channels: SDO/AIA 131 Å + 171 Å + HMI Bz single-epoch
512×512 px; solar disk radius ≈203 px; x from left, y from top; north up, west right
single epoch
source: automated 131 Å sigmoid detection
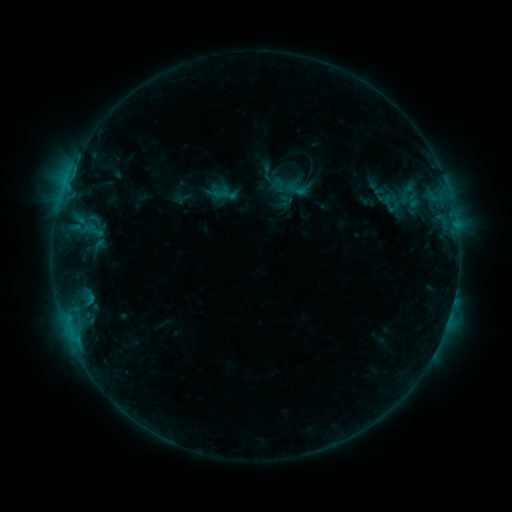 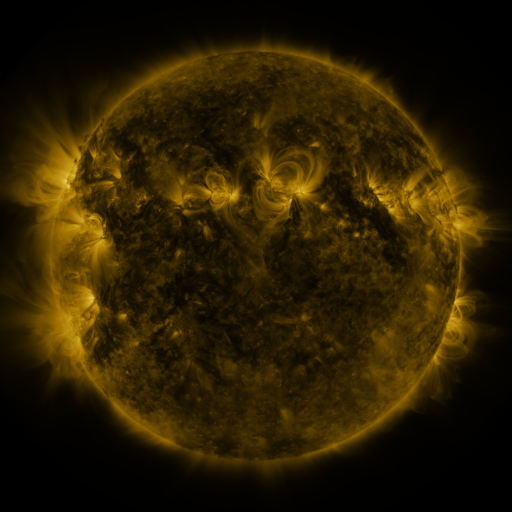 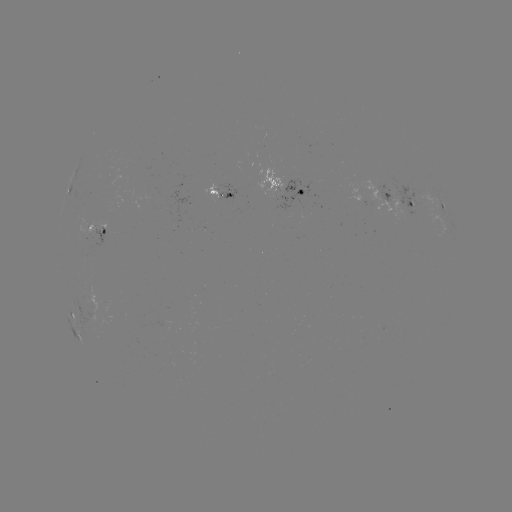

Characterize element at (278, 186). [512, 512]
sigmoid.